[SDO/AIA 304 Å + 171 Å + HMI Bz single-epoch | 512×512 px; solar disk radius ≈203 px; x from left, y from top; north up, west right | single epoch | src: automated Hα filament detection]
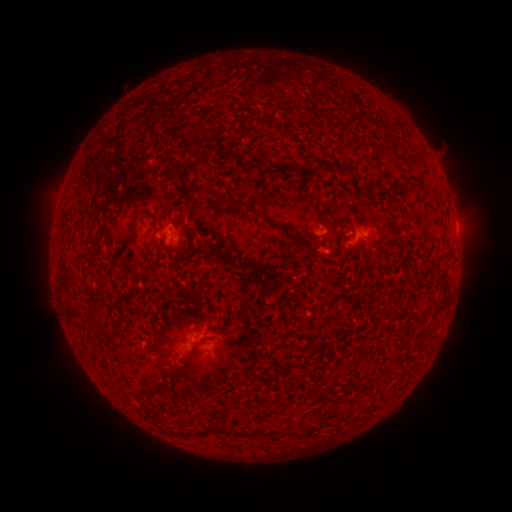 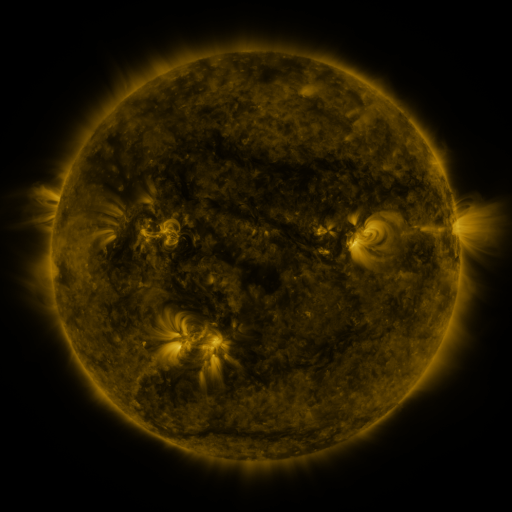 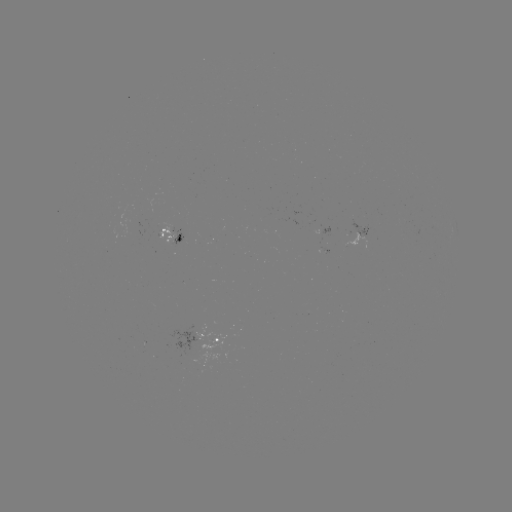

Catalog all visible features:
filament: [140, 89, 151, 149]
filament: [124, 104, 130, 156]
filament: [182, 135, 213, 152]
filament: [229, 152, 239, 159]
filament: [335, 162, 352, 172]
filament: [171, 173, 182, 182]
filament: [355, 173, 365, 181]
filament: [403, 173, 415, 186]
filament: [234, 200, 258, 217]
filament: [130, 218, 136, 238]
filament: [289, 233, 319, 254]
filament: [92, 318, 101, 325]
filament: [189, 335, 208, 357]
filament: [124, 356, 130, 407]
filament: [140, 363, 151, 422]
filament: [148, 383, 159, 394]
filament: [234, 427, 249, 438]
